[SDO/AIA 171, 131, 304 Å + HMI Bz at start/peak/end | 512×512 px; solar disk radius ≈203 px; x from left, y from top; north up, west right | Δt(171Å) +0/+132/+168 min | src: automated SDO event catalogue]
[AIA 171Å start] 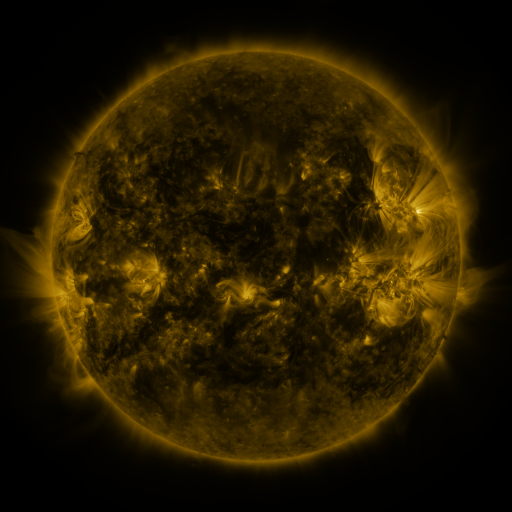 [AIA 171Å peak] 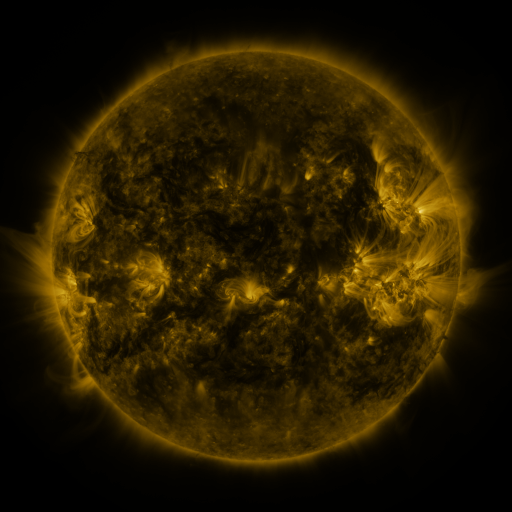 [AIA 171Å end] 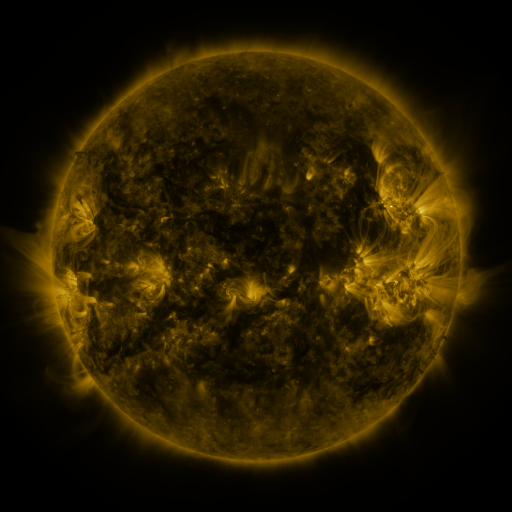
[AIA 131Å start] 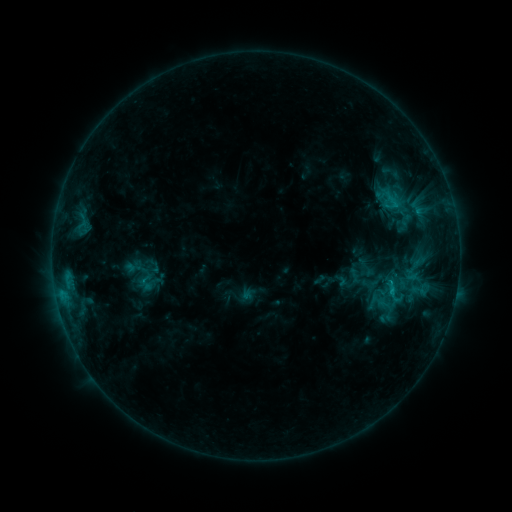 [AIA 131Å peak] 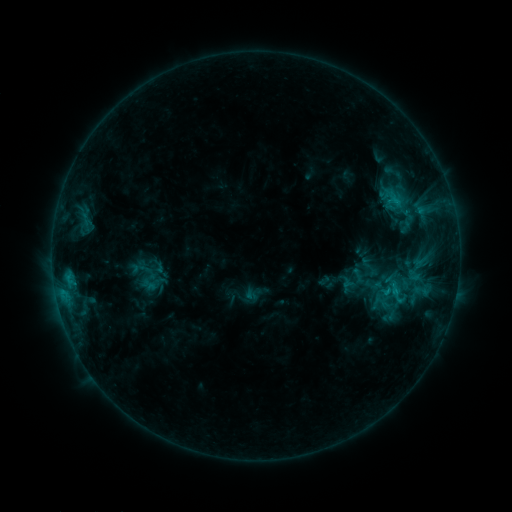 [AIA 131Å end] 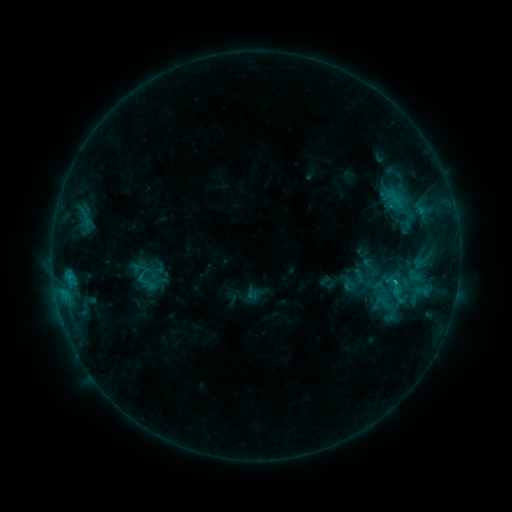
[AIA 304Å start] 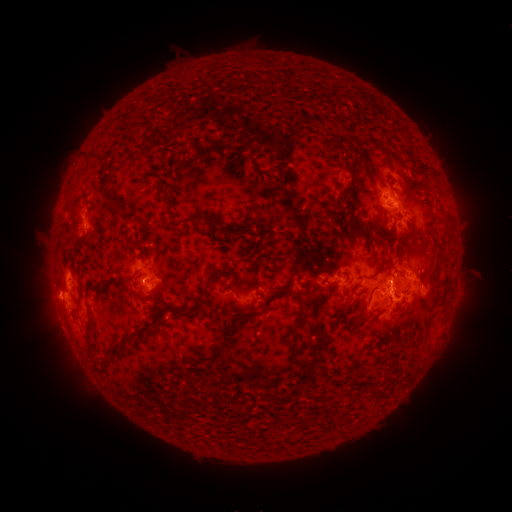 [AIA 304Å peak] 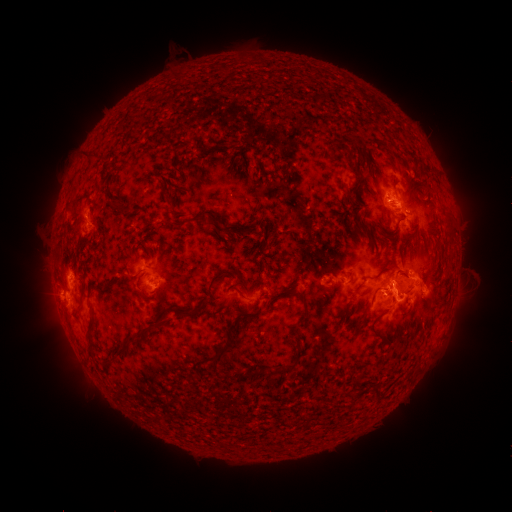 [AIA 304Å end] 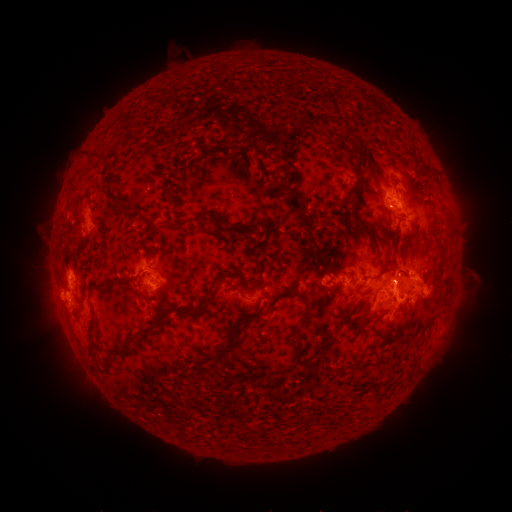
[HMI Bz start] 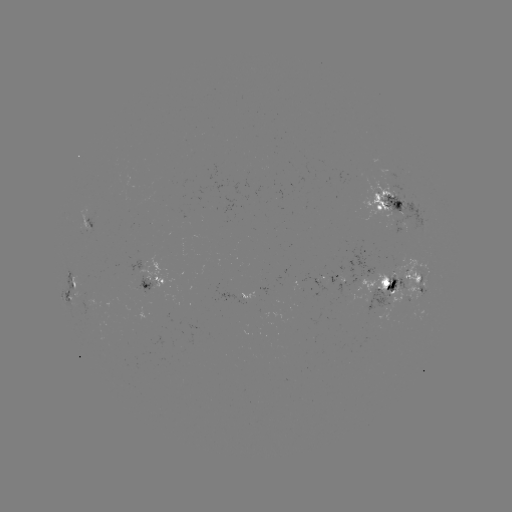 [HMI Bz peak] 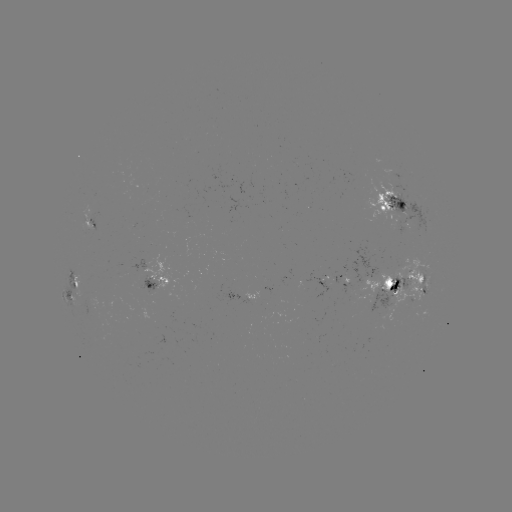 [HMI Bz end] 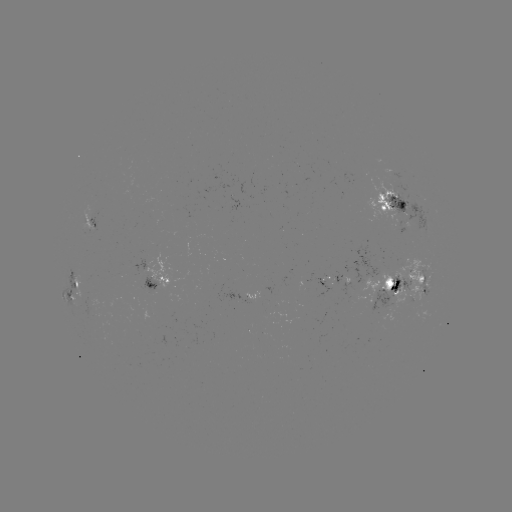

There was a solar emerging-flux region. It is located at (418, 276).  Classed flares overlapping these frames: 1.